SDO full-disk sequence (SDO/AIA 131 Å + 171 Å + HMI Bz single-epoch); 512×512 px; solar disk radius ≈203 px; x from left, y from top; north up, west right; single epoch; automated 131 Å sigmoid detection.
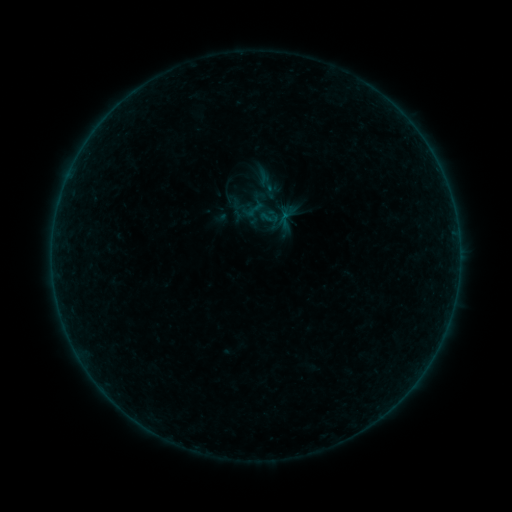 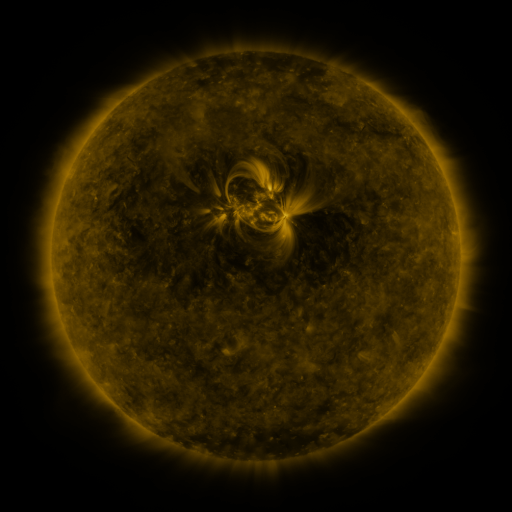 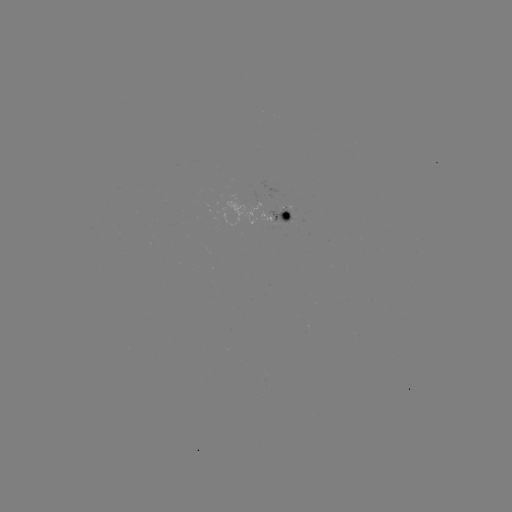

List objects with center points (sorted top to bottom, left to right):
sigmoid: <bbox>260, 179, 281, 200</bbox>
sigmoid: <bbox>259, 208, 279, 228</bbox>
